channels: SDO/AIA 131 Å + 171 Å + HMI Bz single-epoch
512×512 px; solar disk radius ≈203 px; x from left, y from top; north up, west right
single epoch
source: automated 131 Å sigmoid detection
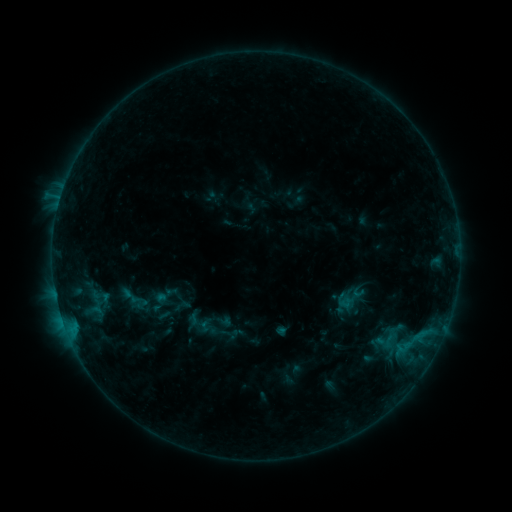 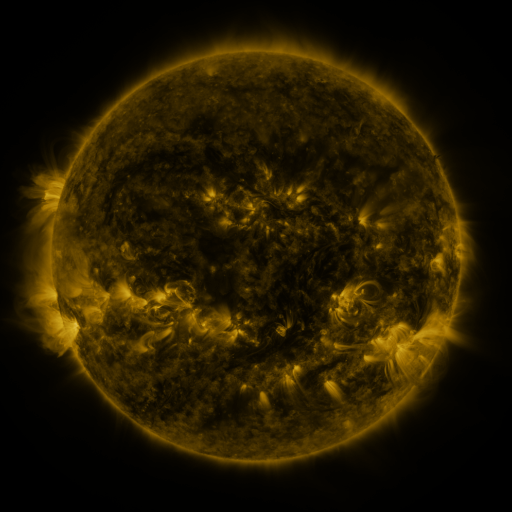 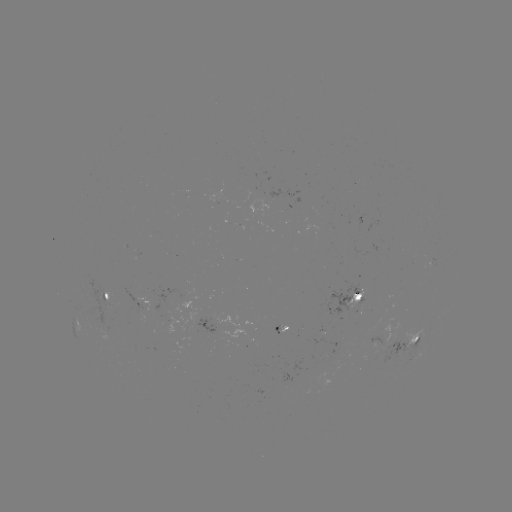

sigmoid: <bbox>113, 278, 154, 320</bbox>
